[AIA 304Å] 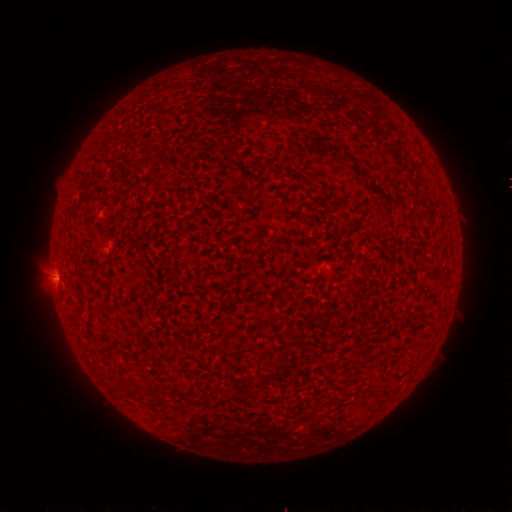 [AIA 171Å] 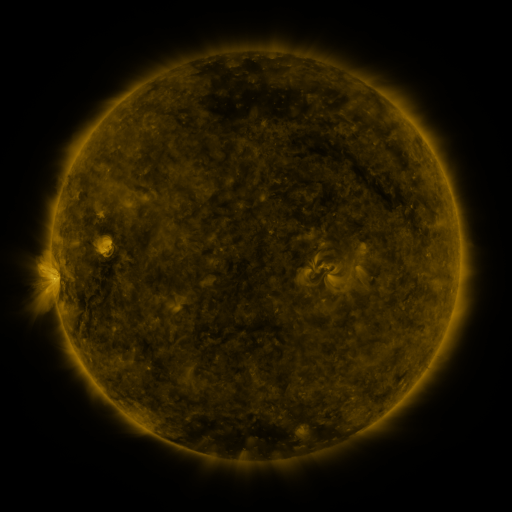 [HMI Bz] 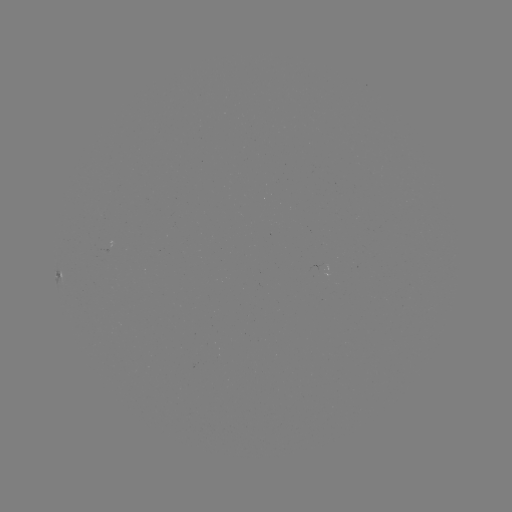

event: spotted active region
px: (60, 263)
